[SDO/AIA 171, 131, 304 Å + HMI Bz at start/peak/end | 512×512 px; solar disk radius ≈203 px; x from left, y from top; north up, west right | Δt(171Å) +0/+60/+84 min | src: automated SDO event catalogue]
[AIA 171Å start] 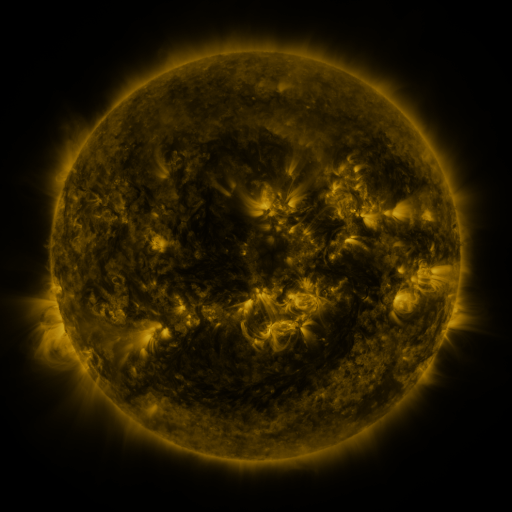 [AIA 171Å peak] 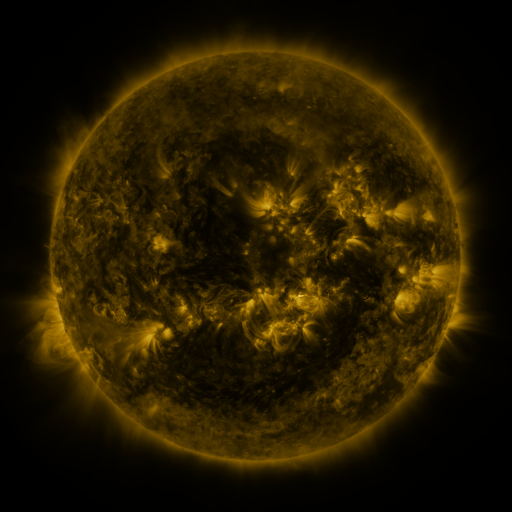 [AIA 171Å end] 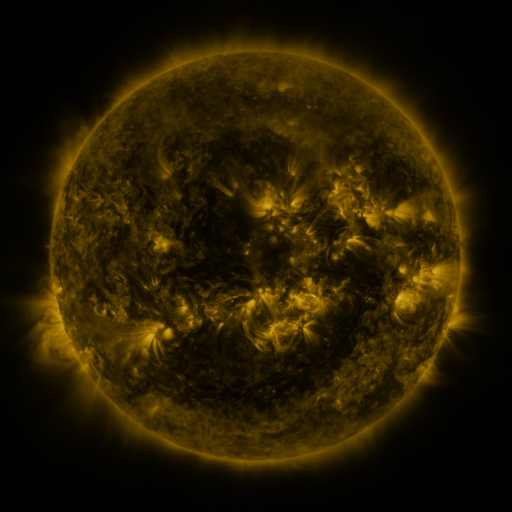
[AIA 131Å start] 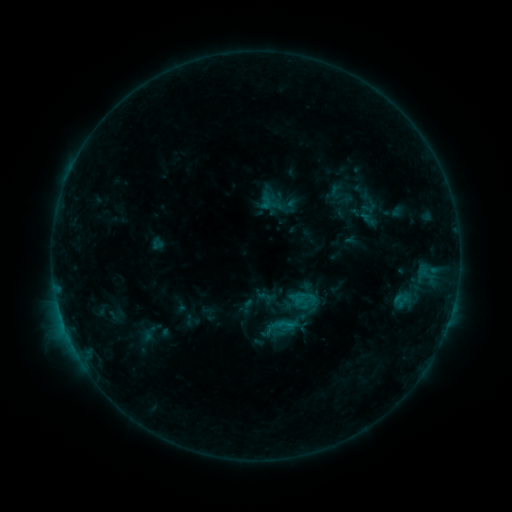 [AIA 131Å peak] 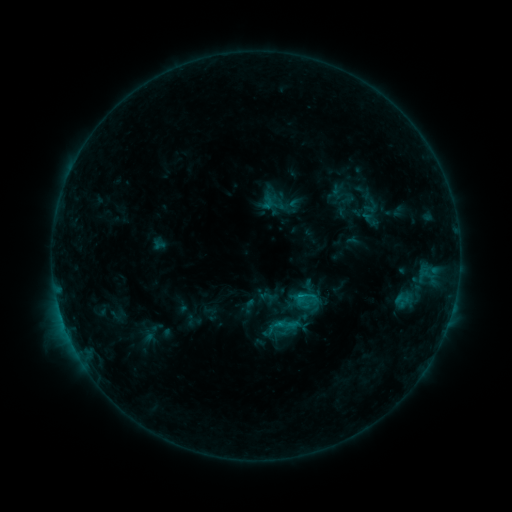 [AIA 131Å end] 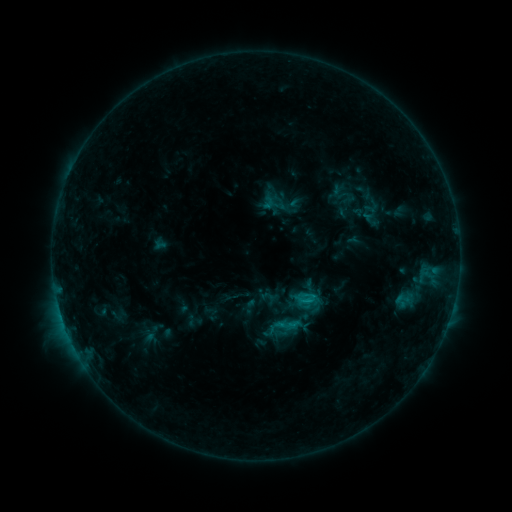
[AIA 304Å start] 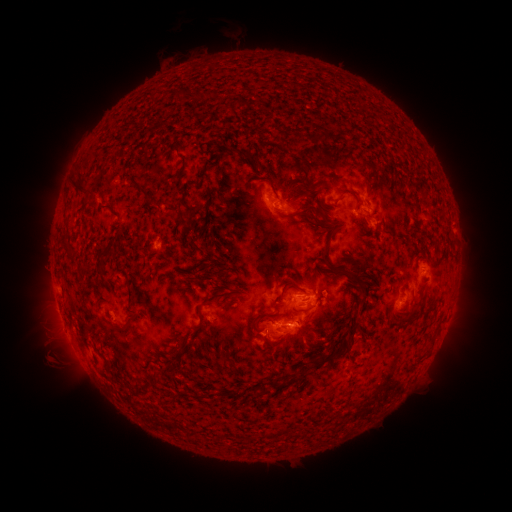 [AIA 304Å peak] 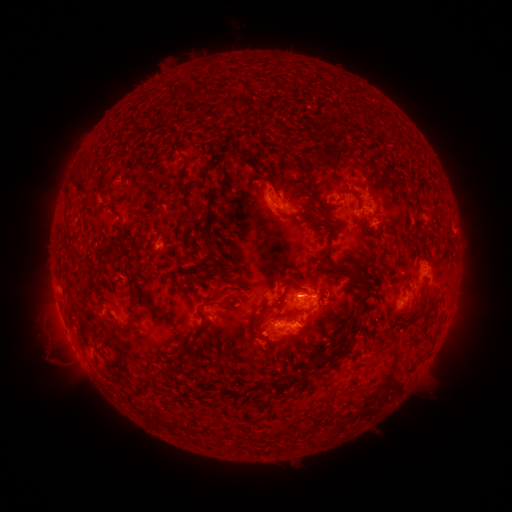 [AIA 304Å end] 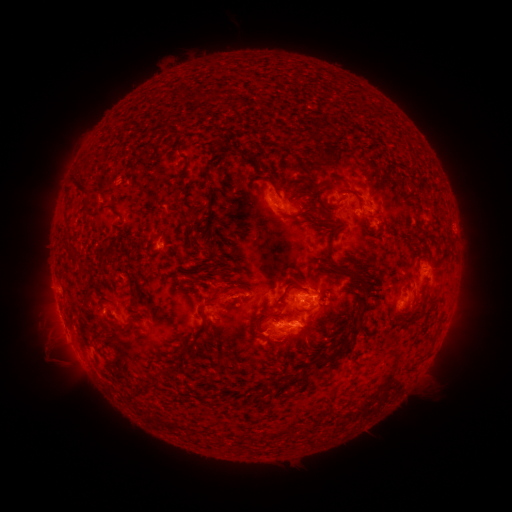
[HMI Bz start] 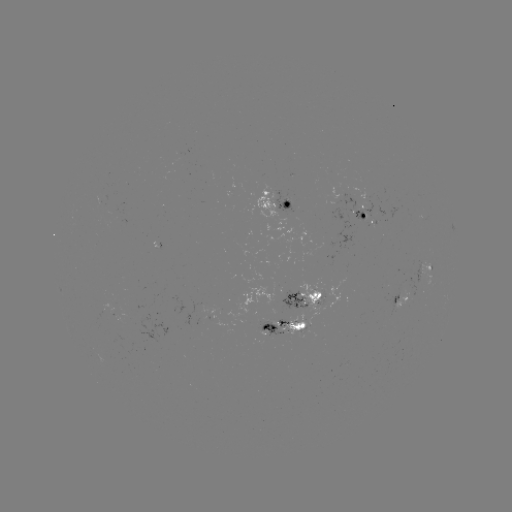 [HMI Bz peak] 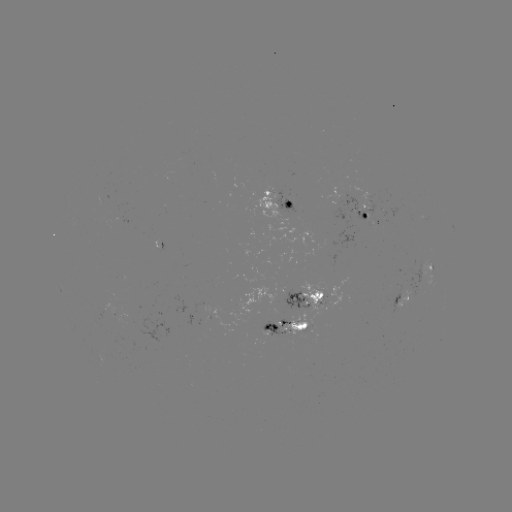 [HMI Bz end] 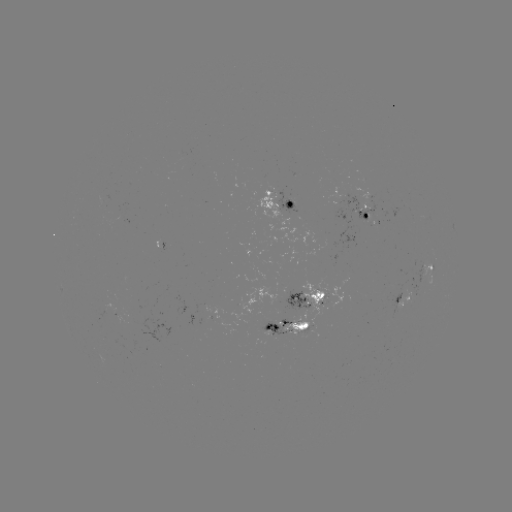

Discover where emerging-flux region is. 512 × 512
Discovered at (422, 266).